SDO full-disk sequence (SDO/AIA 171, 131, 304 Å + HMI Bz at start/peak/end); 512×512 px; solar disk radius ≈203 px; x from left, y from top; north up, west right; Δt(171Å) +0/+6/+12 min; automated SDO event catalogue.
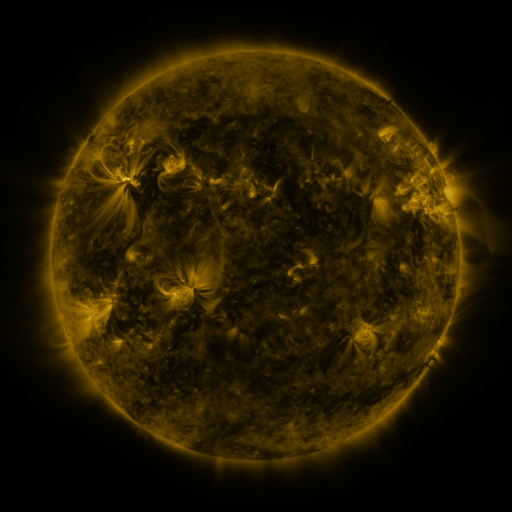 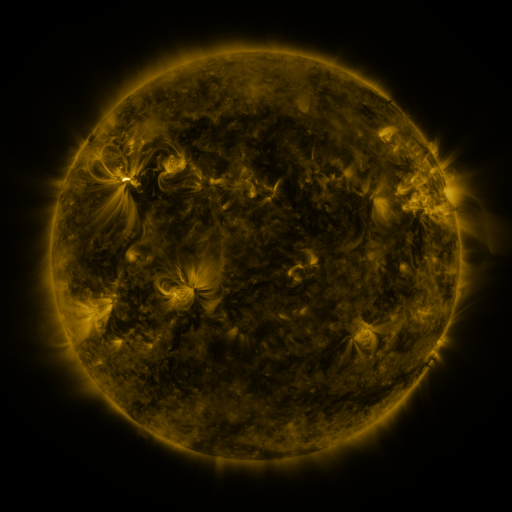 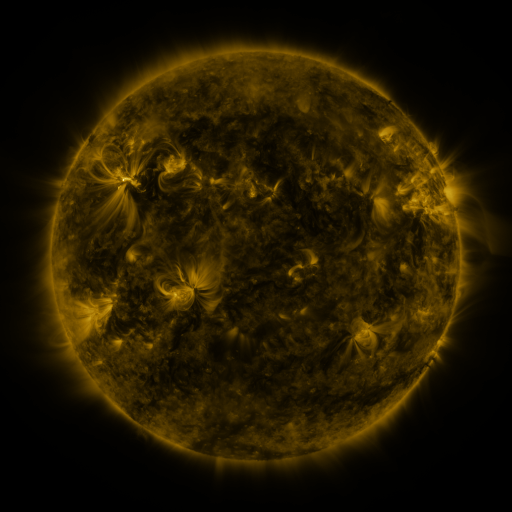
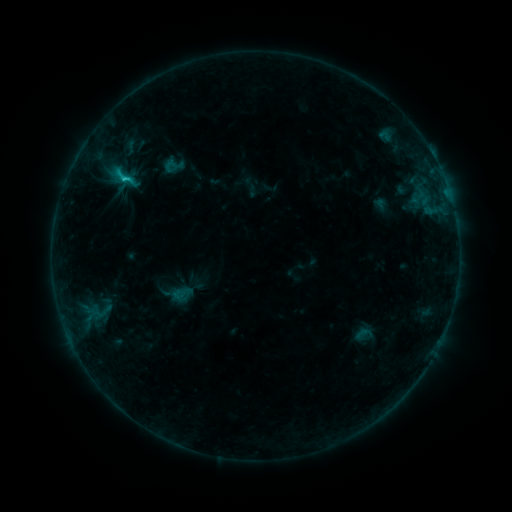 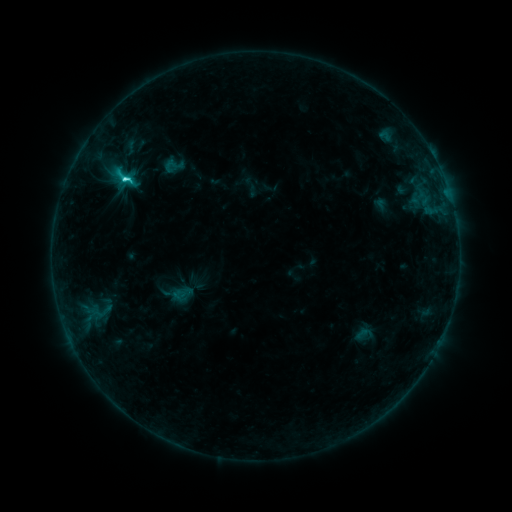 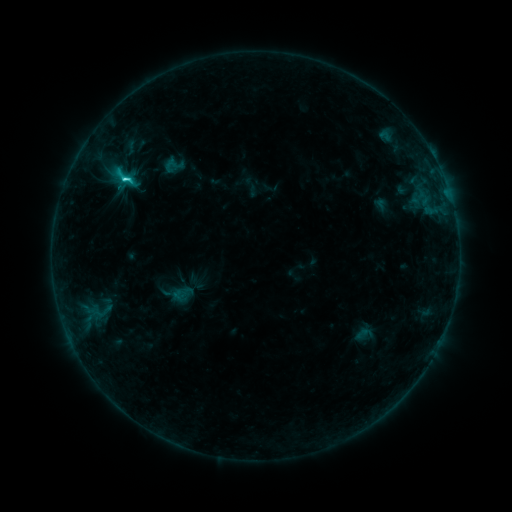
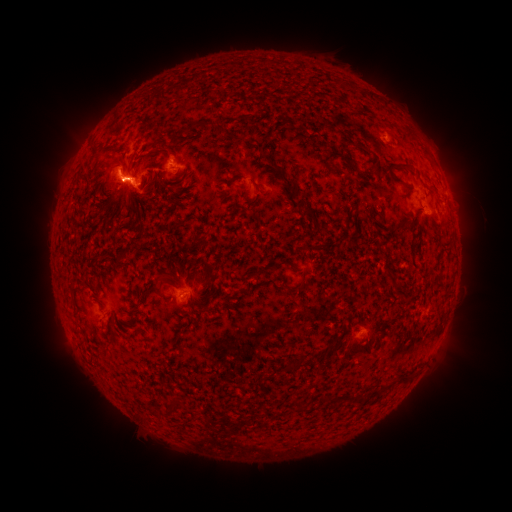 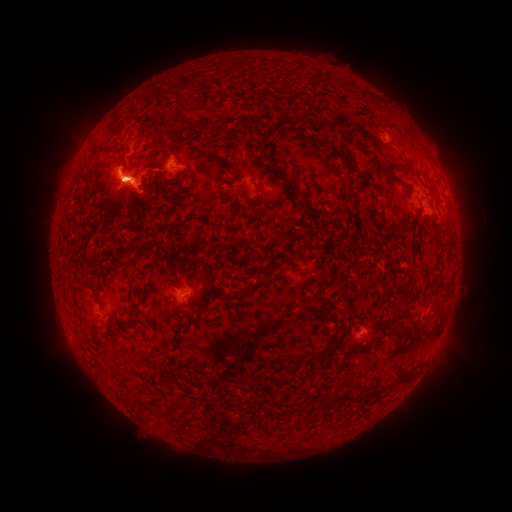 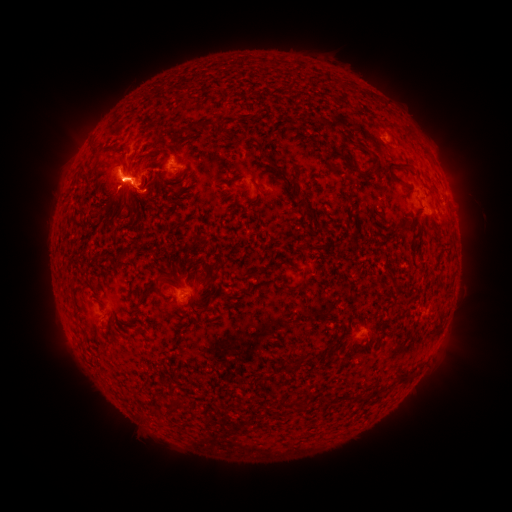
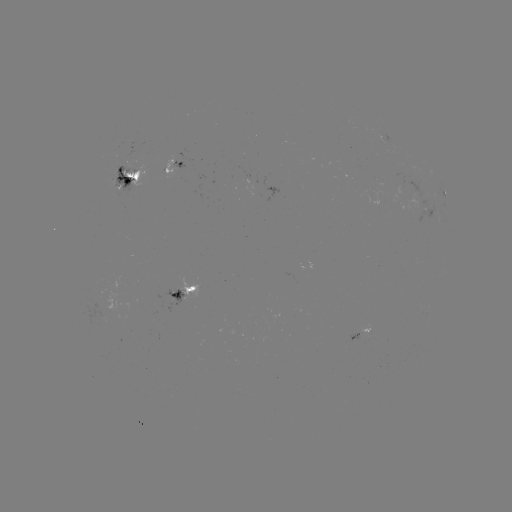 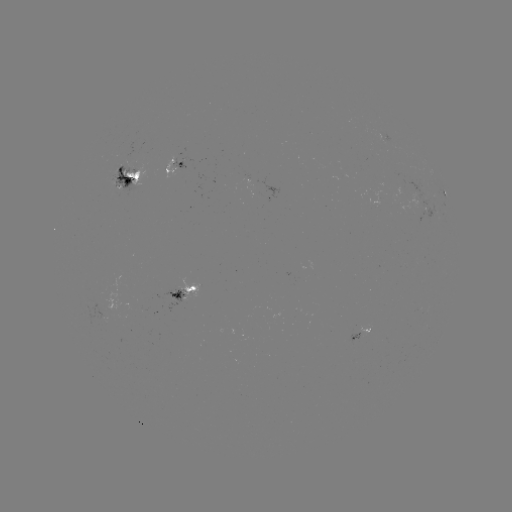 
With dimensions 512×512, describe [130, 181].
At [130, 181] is C3.5 flare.